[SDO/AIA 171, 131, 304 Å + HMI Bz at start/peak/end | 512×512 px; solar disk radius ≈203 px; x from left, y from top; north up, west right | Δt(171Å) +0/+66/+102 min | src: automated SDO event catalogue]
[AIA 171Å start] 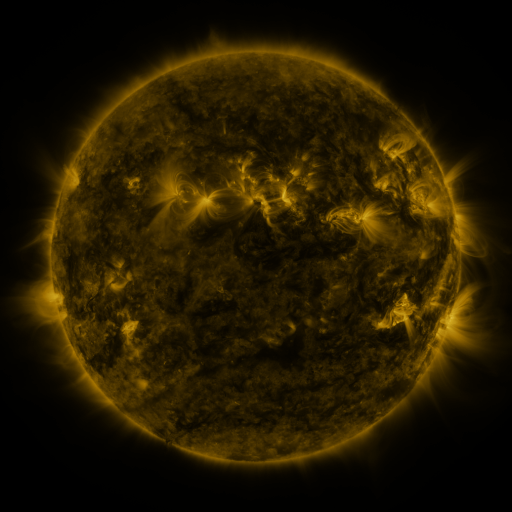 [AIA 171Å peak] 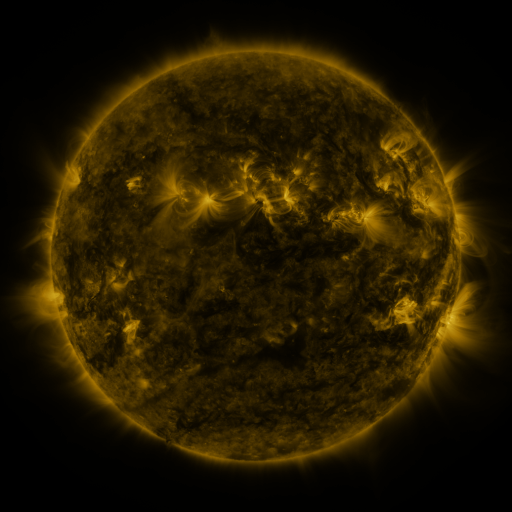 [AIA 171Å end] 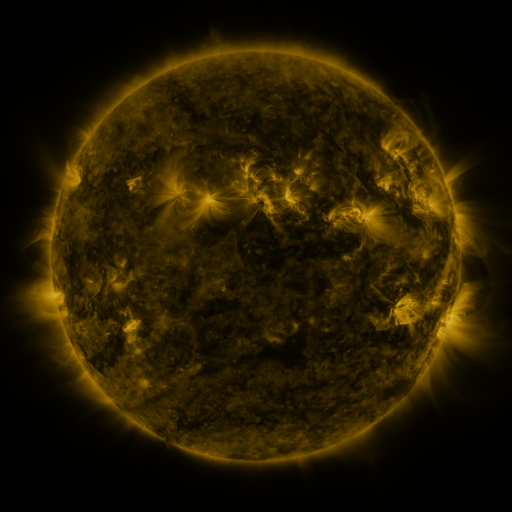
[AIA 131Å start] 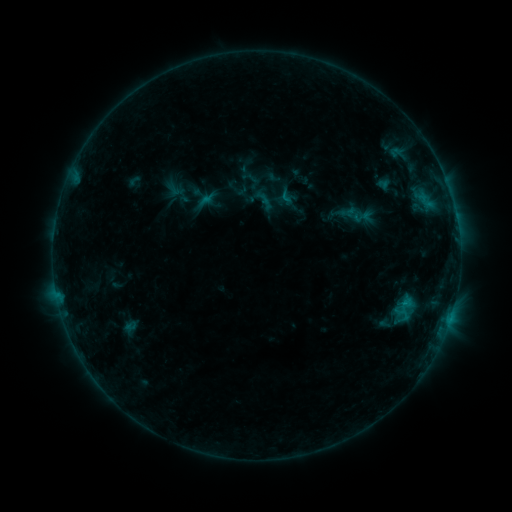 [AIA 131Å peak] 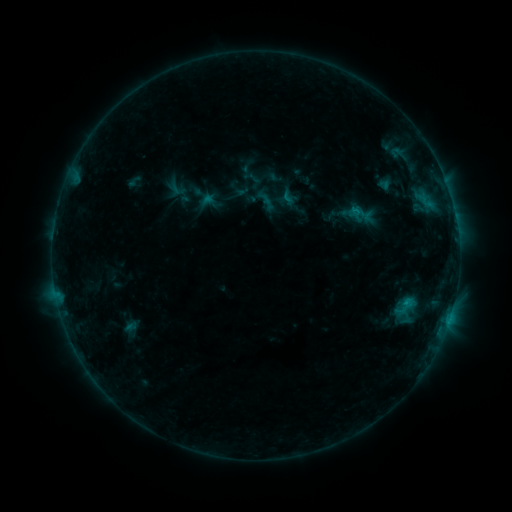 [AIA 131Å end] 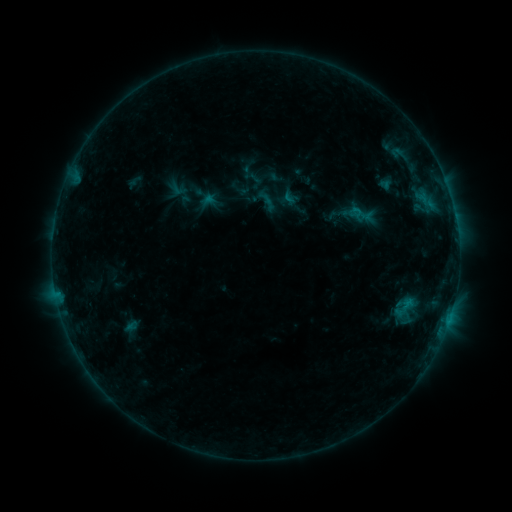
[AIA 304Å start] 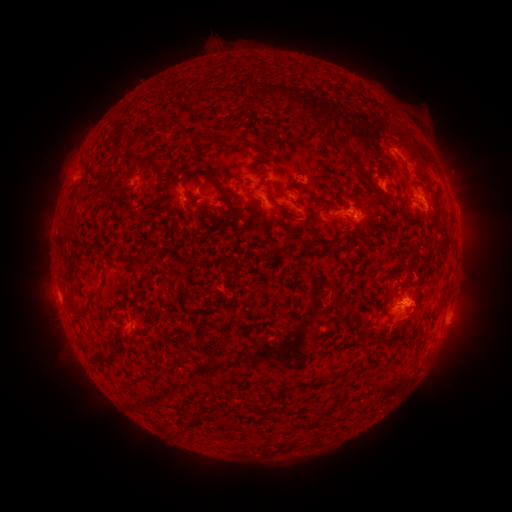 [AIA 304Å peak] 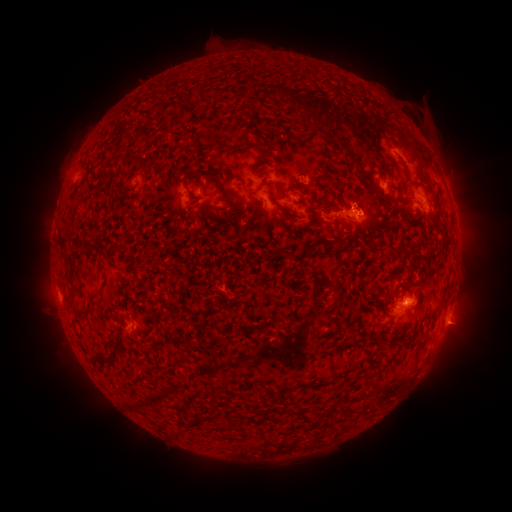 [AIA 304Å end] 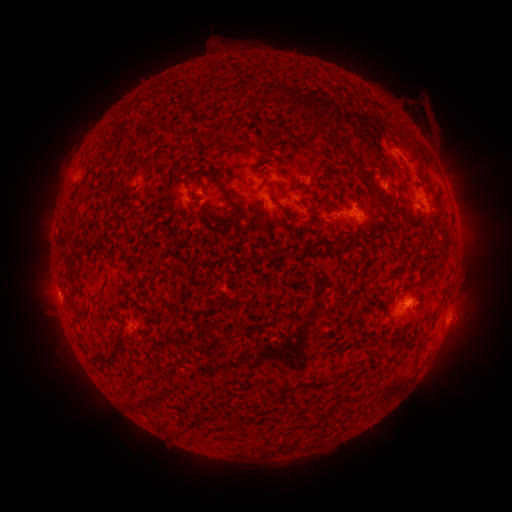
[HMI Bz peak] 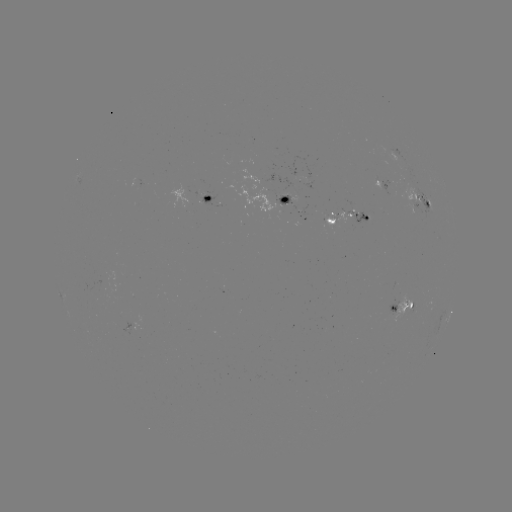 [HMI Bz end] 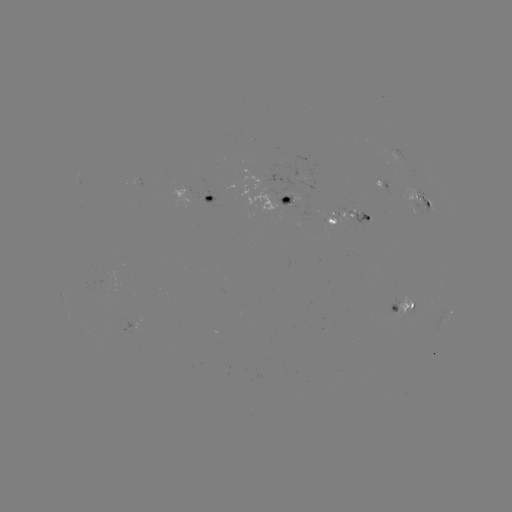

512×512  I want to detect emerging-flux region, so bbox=[393, 293, 412, 323].